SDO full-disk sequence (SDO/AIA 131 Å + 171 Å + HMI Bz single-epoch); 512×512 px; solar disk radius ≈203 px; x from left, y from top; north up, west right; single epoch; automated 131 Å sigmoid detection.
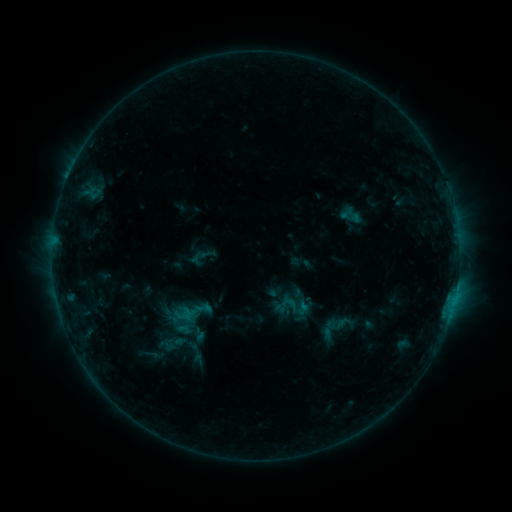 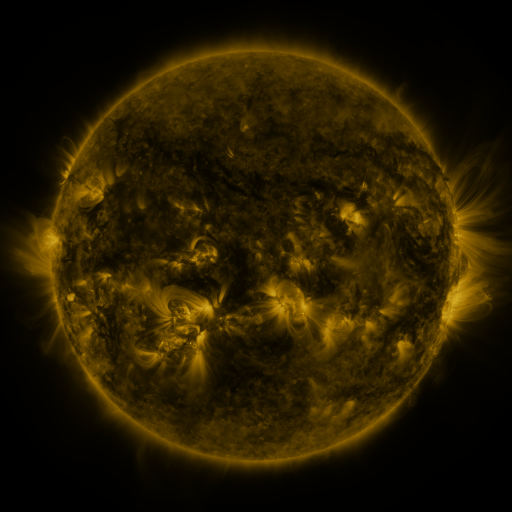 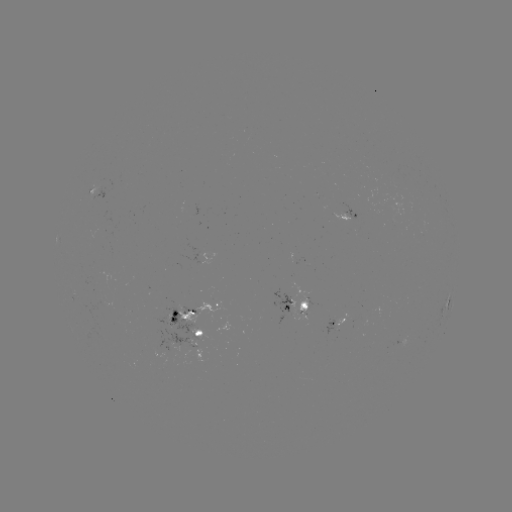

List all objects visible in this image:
sigmoid: (295, 306)
sigmoid: (202, 308)
